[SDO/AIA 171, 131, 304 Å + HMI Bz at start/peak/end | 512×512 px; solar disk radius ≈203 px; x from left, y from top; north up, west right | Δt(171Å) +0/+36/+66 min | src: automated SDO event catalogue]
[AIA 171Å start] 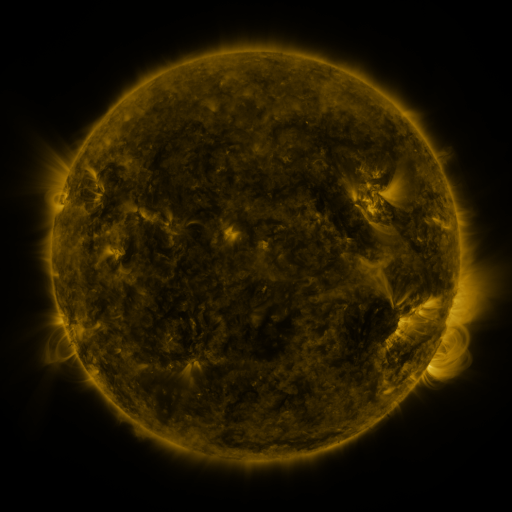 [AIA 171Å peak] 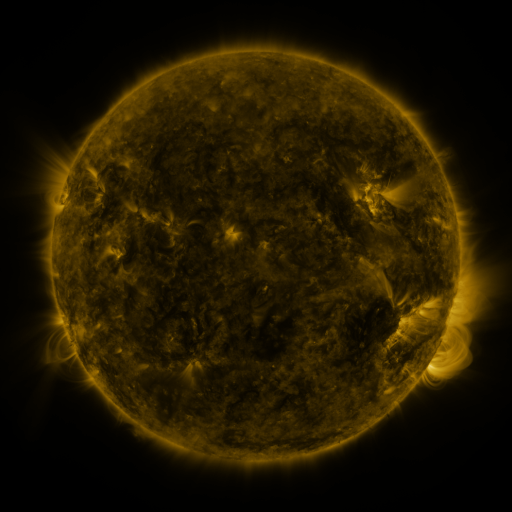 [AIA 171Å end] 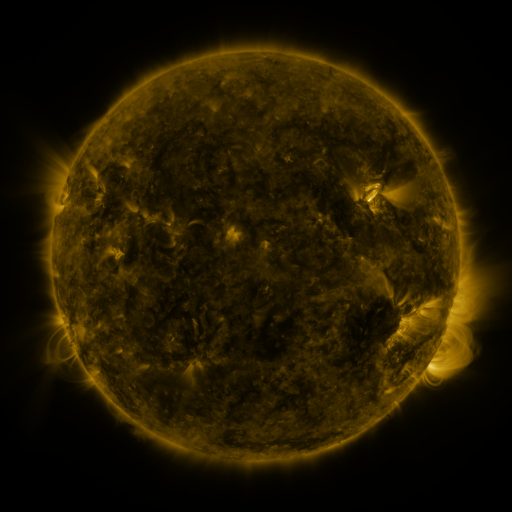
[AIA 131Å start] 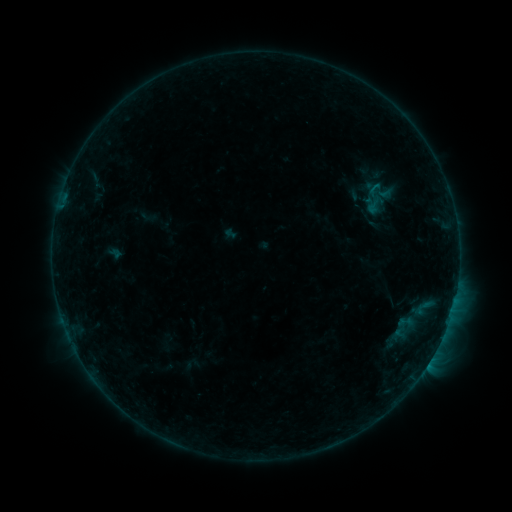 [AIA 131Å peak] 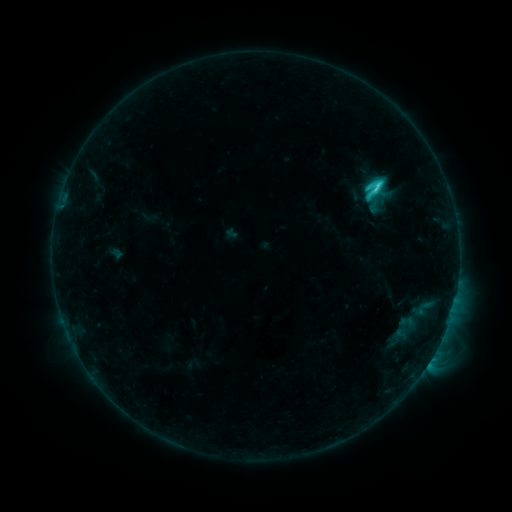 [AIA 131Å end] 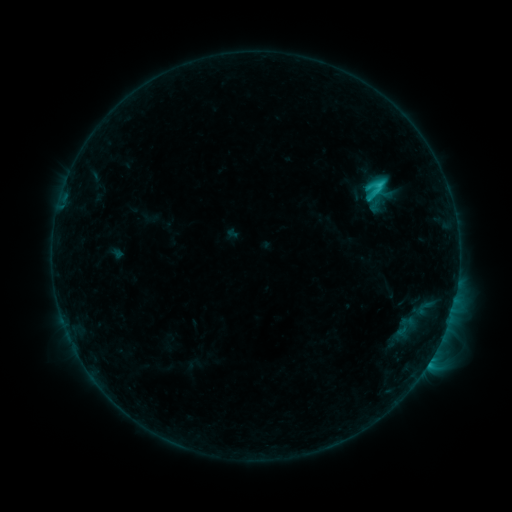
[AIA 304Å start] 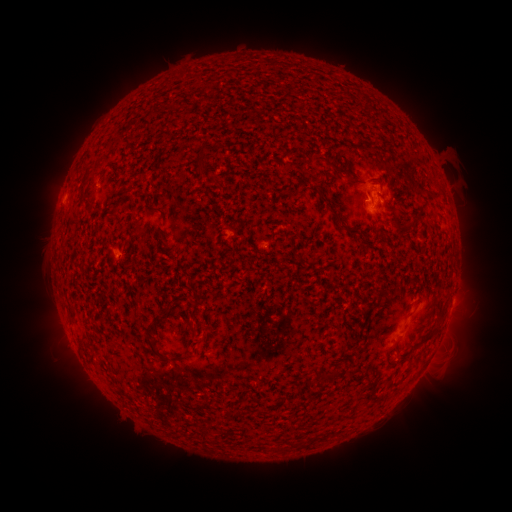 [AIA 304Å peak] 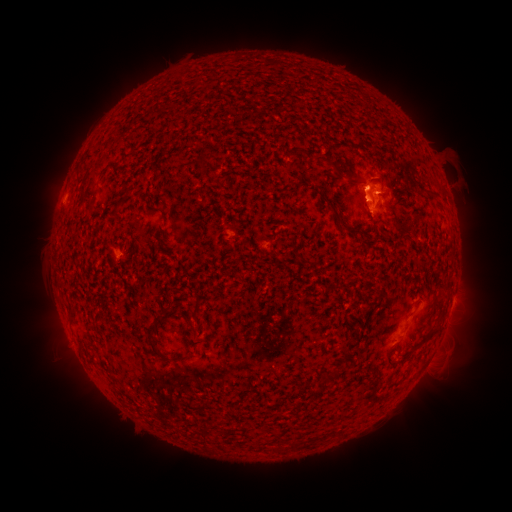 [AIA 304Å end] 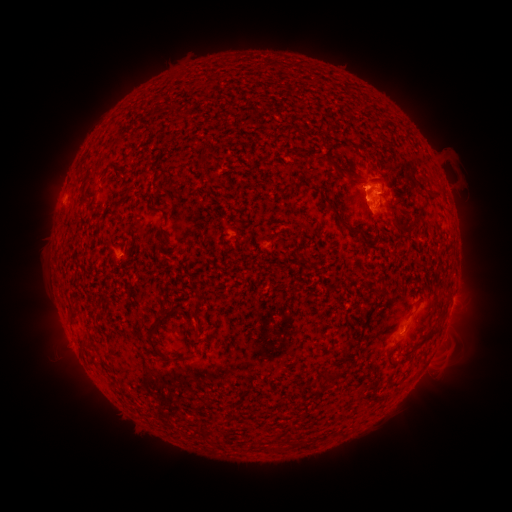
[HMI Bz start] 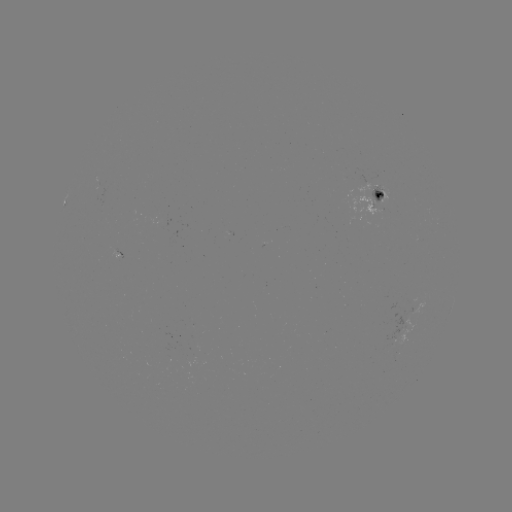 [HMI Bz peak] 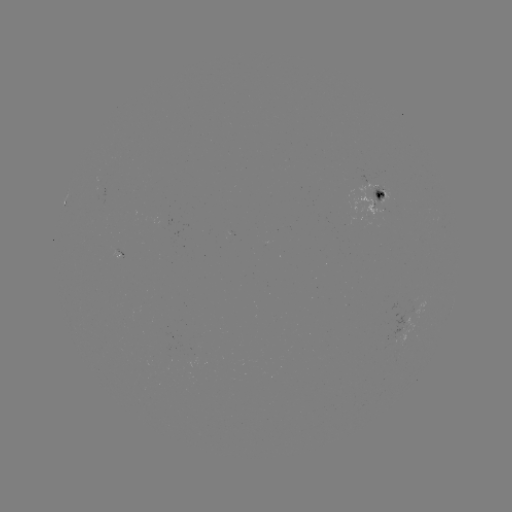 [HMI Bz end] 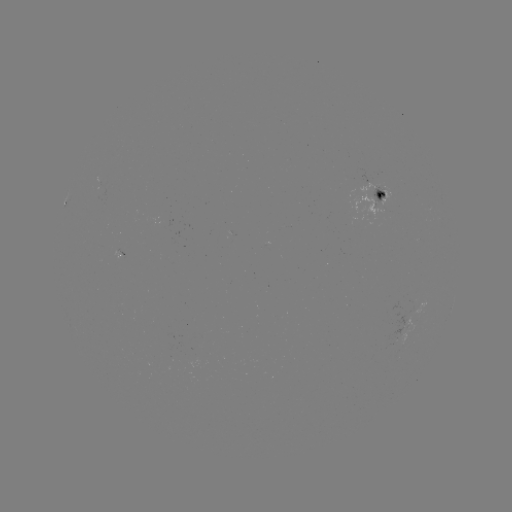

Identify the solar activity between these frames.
C3.6 flare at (375, 190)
